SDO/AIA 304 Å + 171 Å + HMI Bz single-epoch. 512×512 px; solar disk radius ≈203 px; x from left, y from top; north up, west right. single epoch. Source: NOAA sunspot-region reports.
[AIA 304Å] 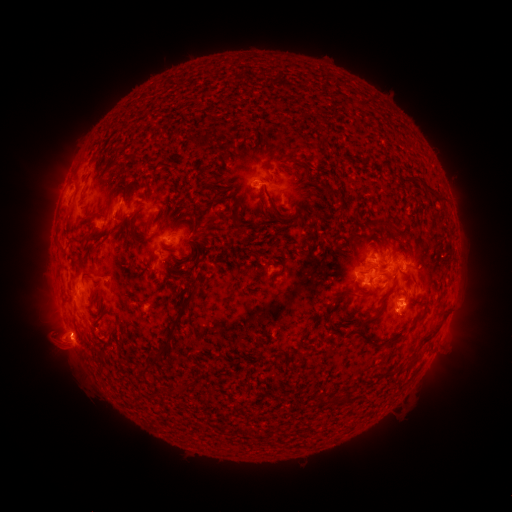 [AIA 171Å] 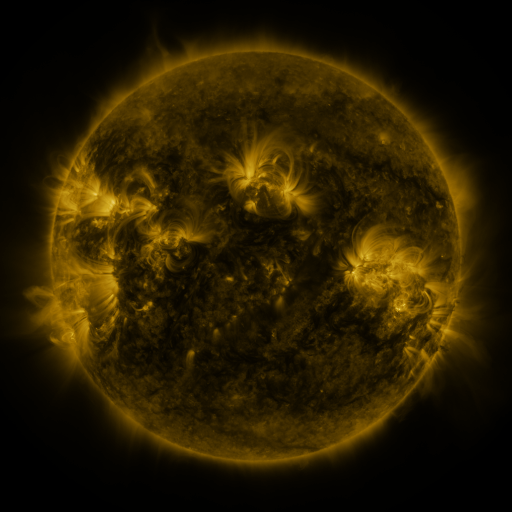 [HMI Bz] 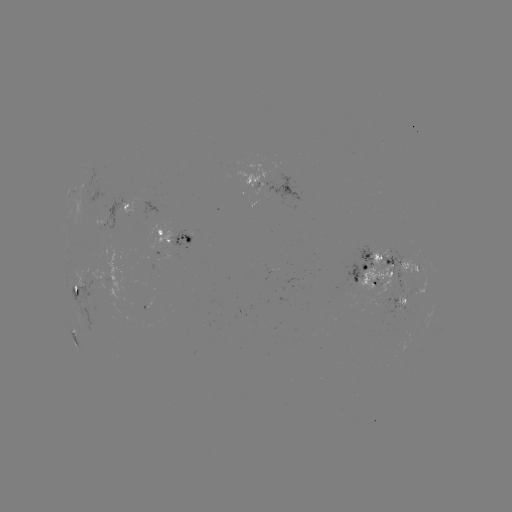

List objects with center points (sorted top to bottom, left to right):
spotted active region: (273, 182)
spotted active region: (131, 208)
spotted active region: (176, 236)
spotted active region: (403, 266)
spotted active region: (374, 270)
spotted active region: (77, 287)
spotted active region: (402, 302)
